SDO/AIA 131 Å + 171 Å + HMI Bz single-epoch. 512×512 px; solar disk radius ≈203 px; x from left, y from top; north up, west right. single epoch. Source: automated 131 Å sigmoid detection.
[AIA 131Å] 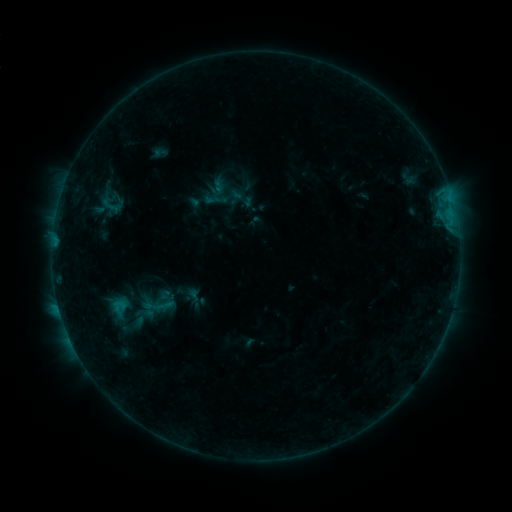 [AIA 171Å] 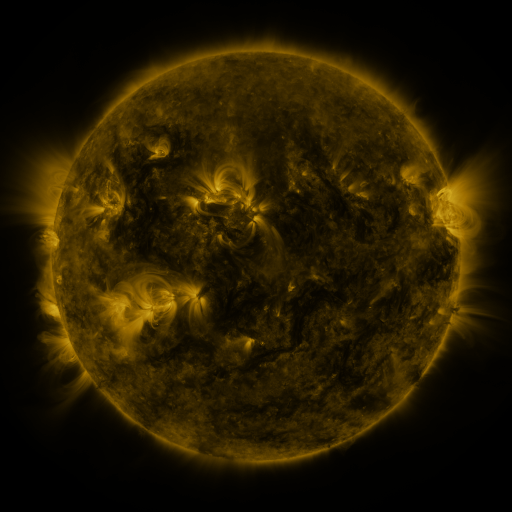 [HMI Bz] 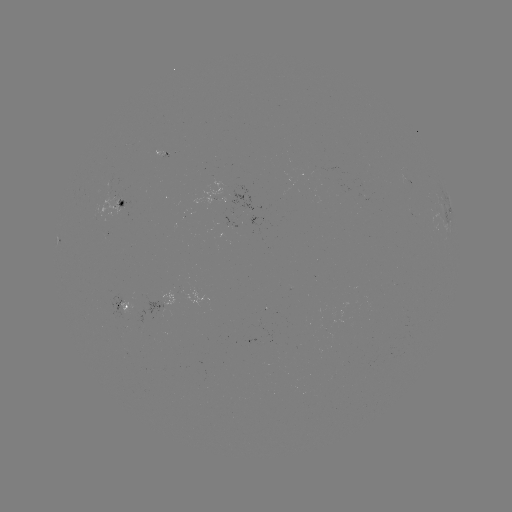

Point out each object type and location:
sigmoid: <bbox>206, 176, 228, 199</bbox>
sigmoid: <bbox>99, 193, 124, 217</bbox>
